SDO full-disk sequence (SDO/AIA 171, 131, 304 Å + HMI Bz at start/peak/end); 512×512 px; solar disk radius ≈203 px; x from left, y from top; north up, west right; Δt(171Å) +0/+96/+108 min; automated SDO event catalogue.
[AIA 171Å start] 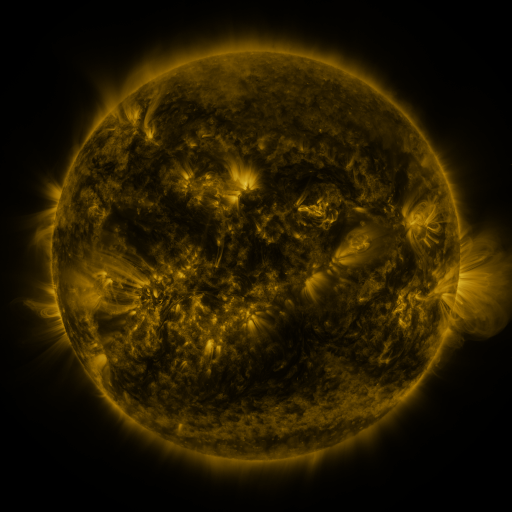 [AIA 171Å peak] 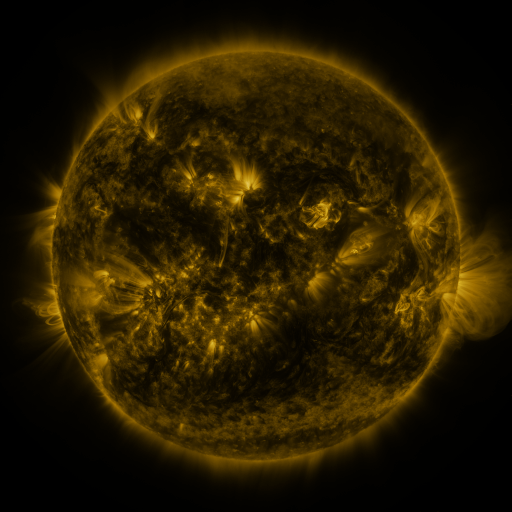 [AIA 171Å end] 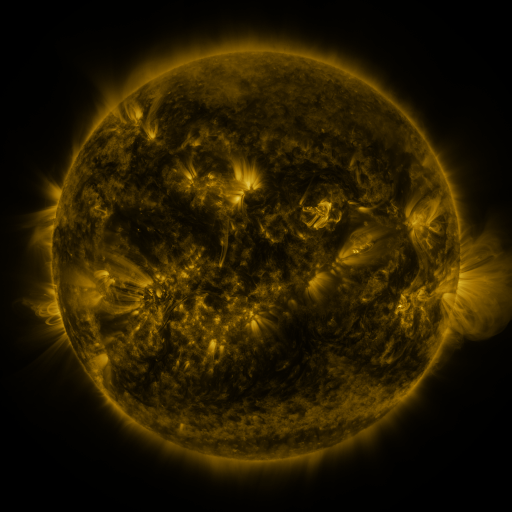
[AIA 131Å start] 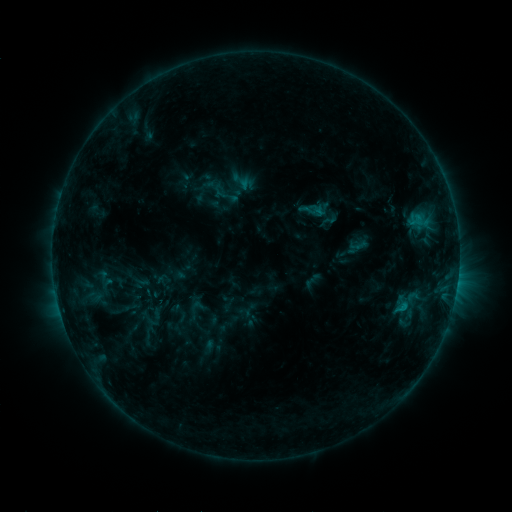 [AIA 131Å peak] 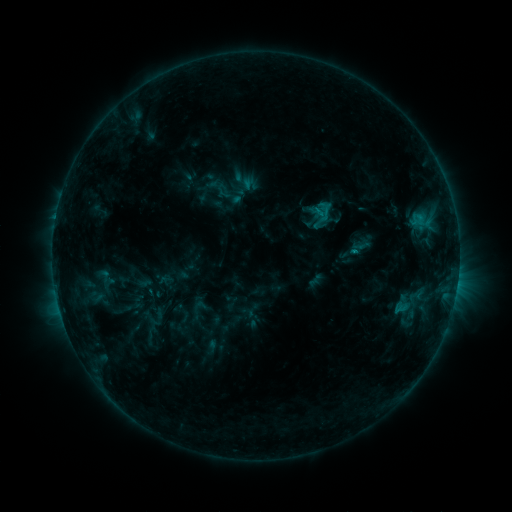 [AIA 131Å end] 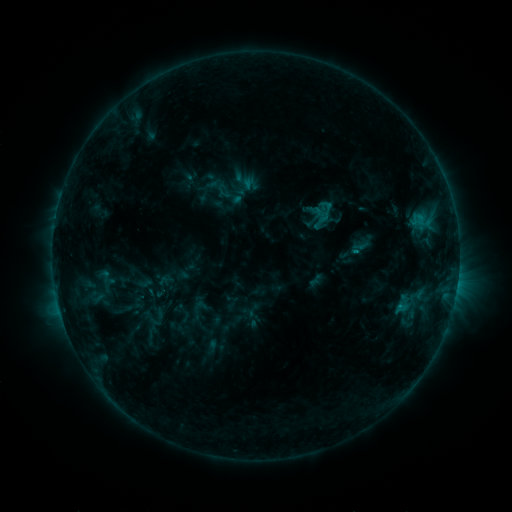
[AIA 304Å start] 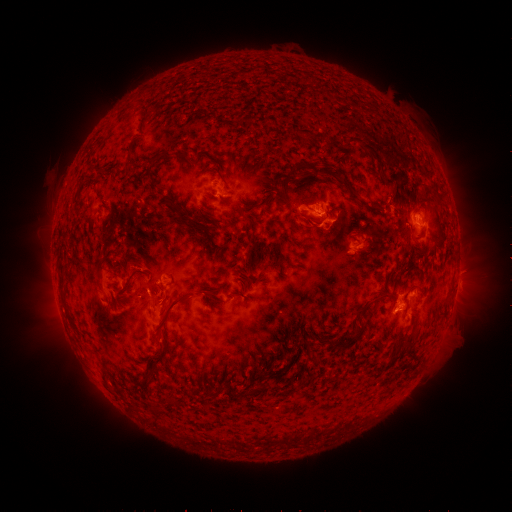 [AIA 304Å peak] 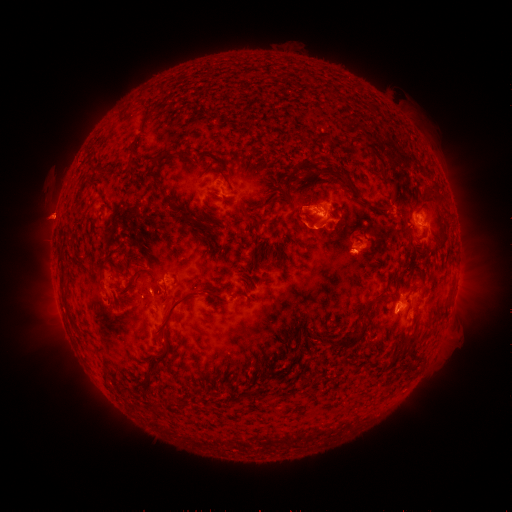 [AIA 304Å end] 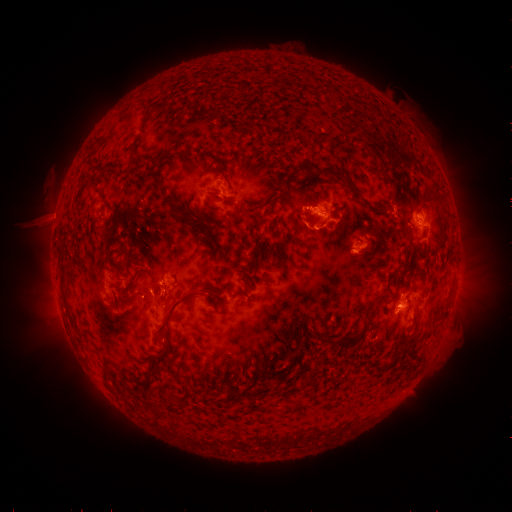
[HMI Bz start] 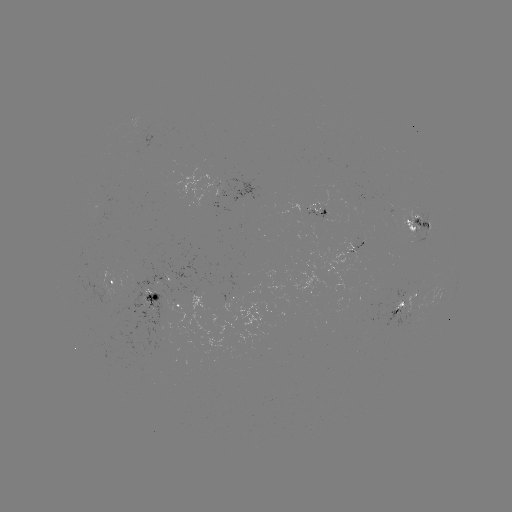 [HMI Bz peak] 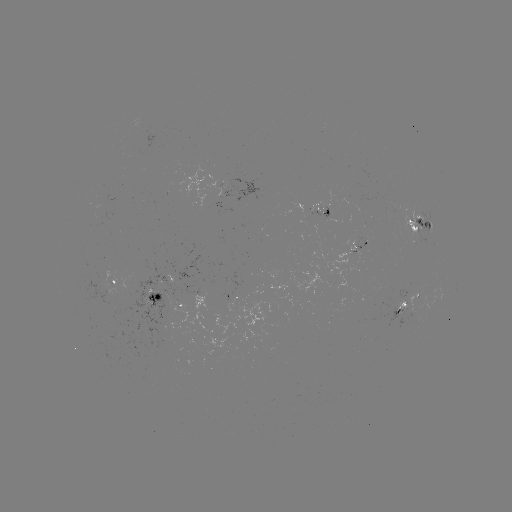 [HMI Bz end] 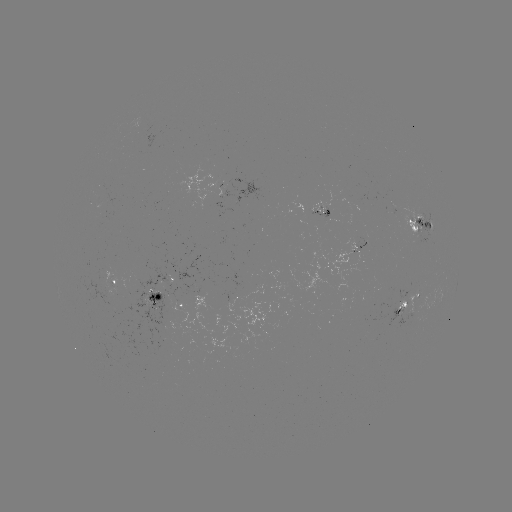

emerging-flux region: [396, 301, 407, 312]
